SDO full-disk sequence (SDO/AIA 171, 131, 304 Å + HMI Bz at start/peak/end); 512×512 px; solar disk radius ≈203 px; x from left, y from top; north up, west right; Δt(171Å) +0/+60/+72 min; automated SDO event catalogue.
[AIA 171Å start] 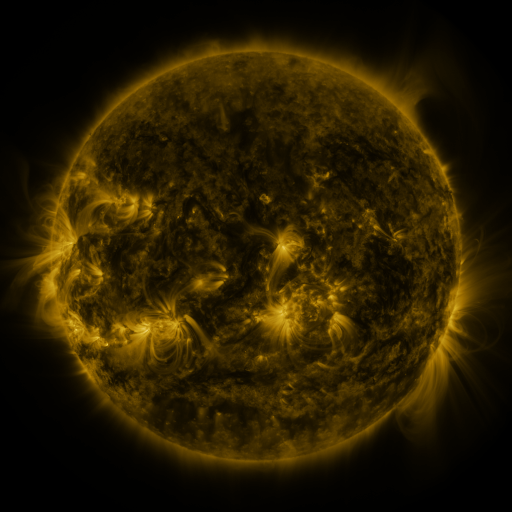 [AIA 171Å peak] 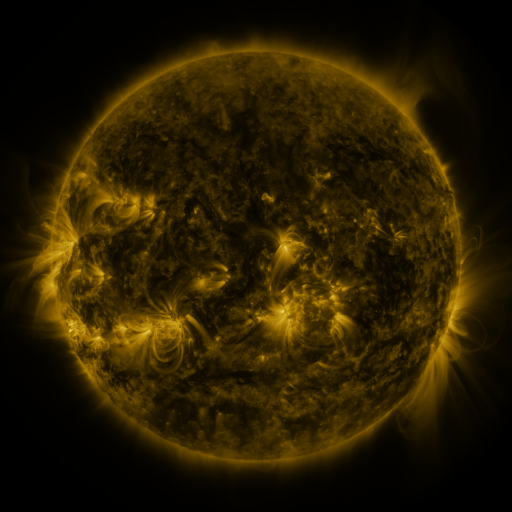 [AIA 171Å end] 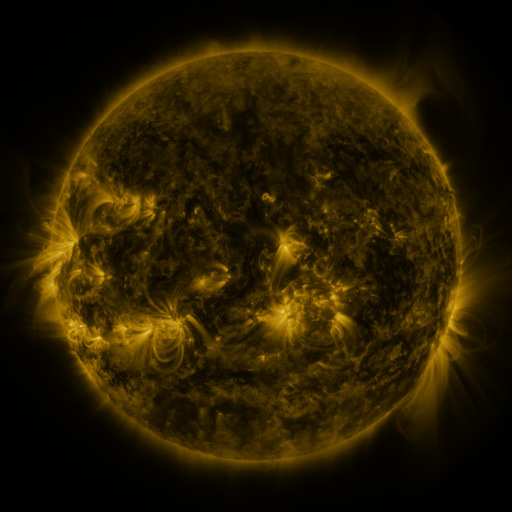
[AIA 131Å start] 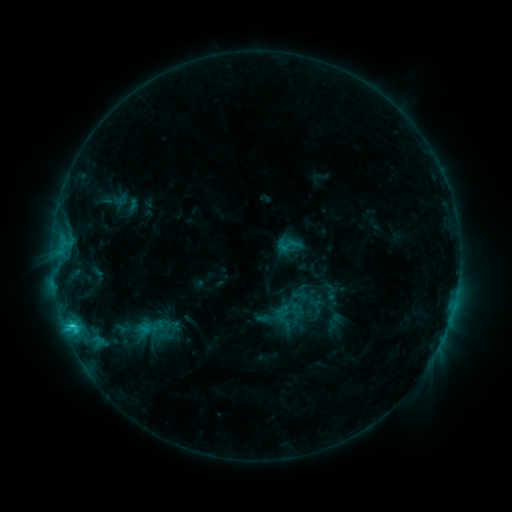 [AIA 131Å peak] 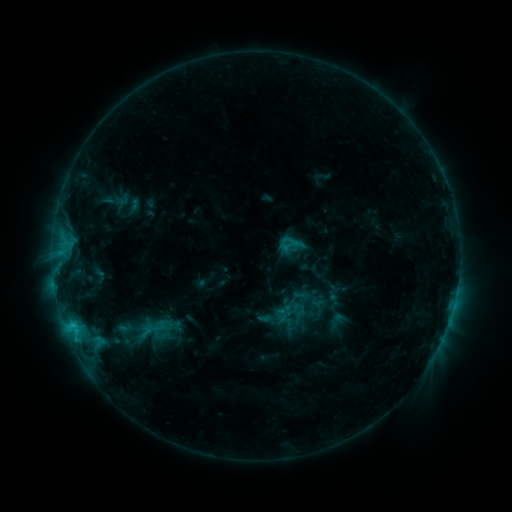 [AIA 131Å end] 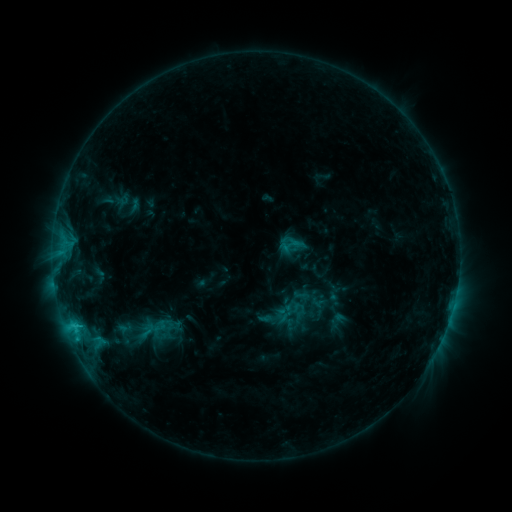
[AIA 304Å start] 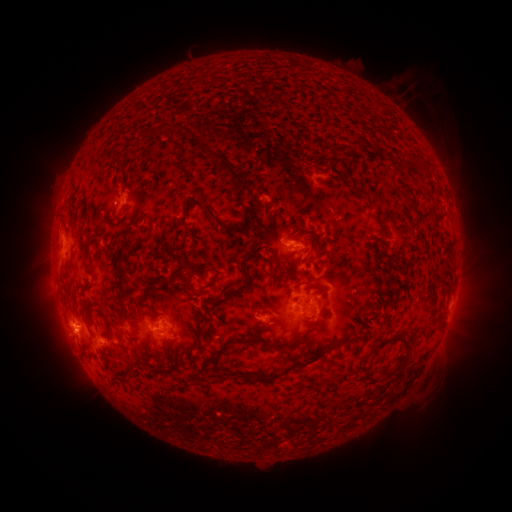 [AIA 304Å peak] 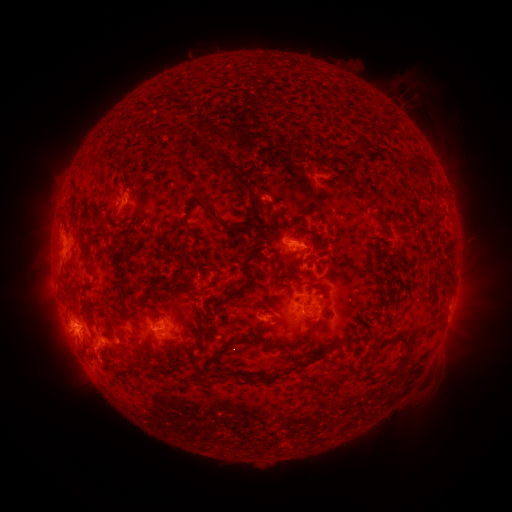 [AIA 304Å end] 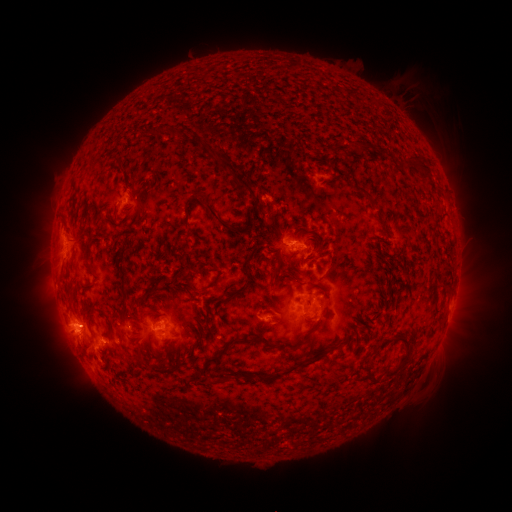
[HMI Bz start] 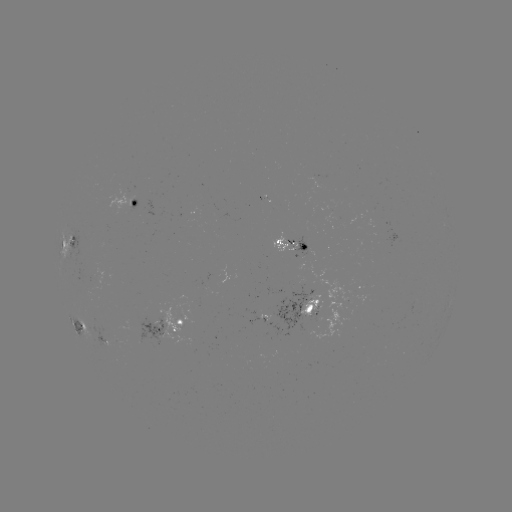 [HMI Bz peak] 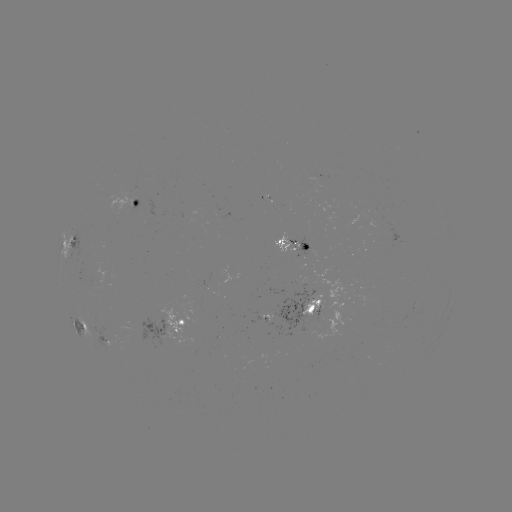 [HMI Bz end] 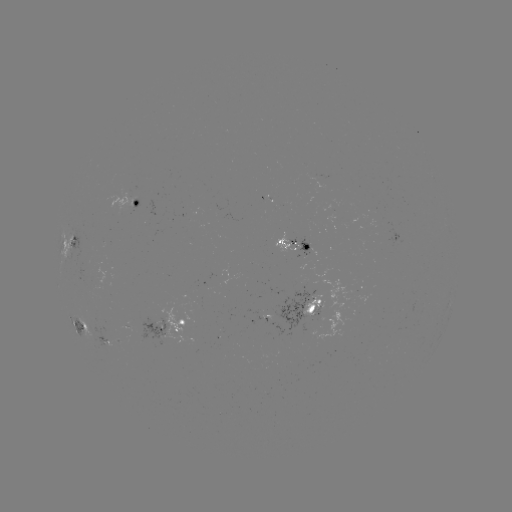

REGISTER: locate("emerging-flux region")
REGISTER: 320,315